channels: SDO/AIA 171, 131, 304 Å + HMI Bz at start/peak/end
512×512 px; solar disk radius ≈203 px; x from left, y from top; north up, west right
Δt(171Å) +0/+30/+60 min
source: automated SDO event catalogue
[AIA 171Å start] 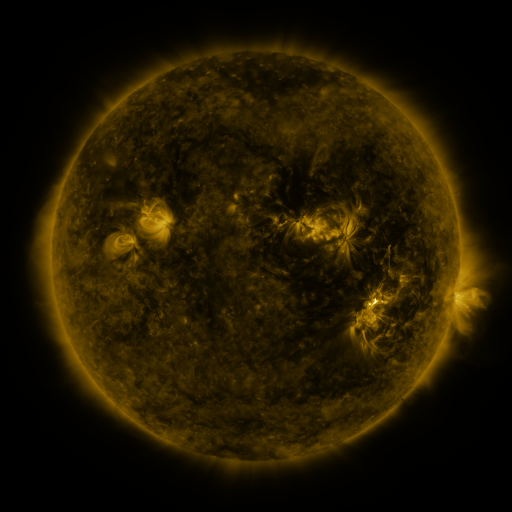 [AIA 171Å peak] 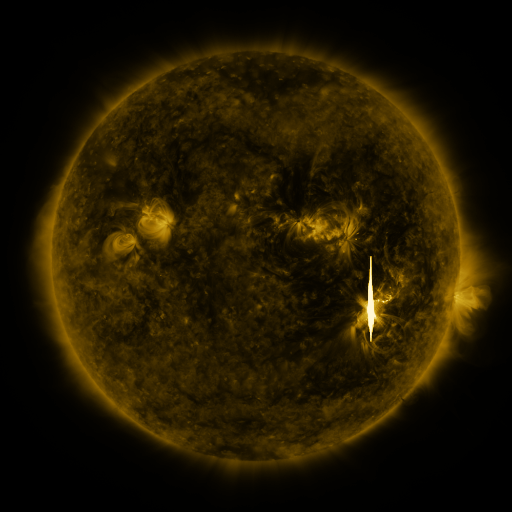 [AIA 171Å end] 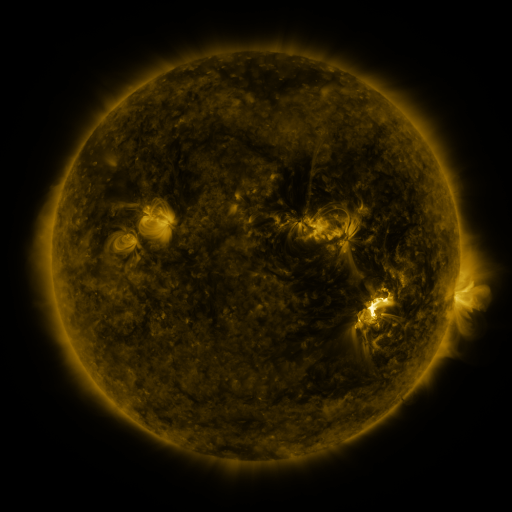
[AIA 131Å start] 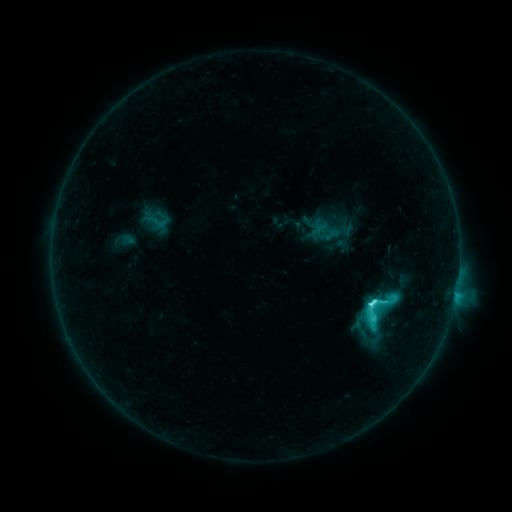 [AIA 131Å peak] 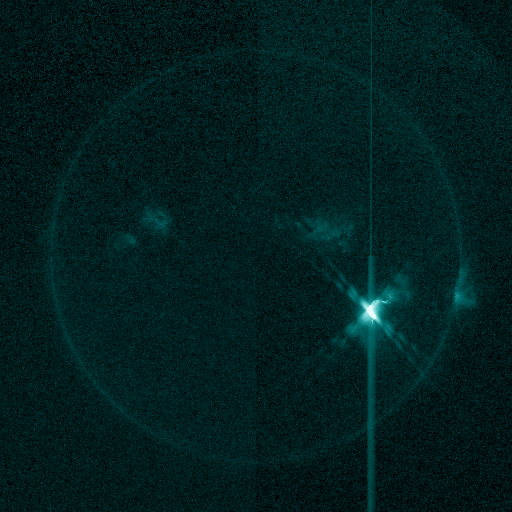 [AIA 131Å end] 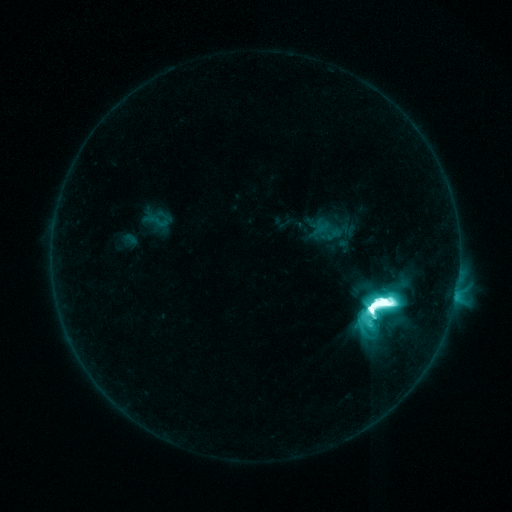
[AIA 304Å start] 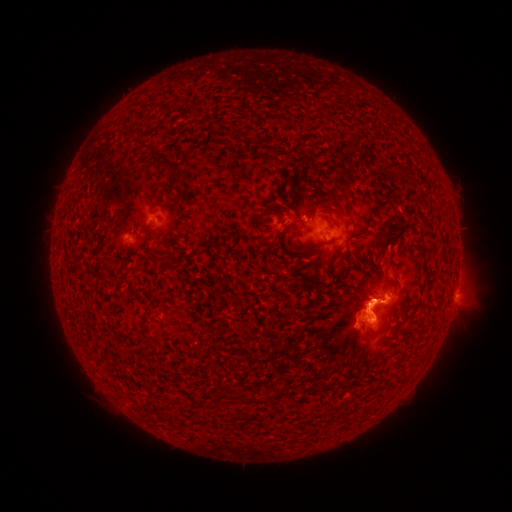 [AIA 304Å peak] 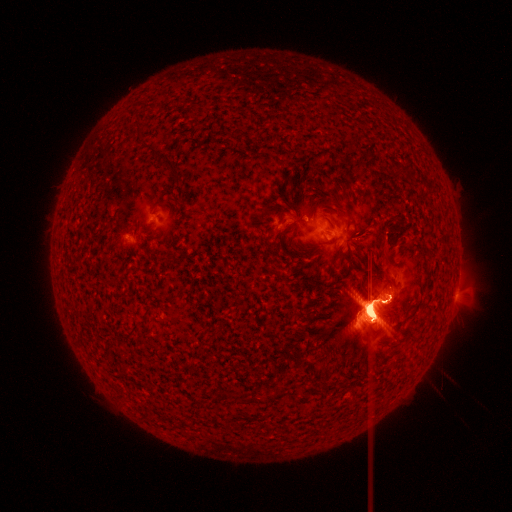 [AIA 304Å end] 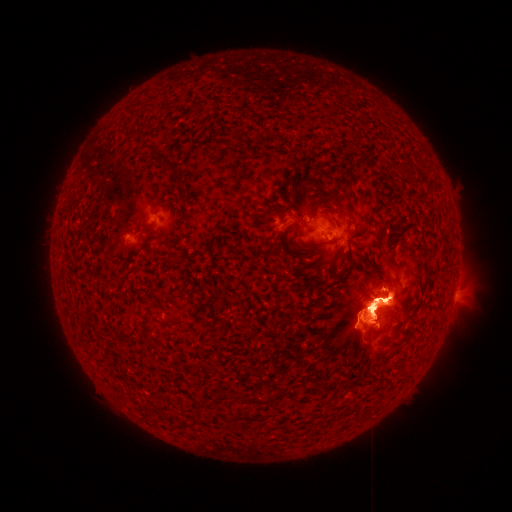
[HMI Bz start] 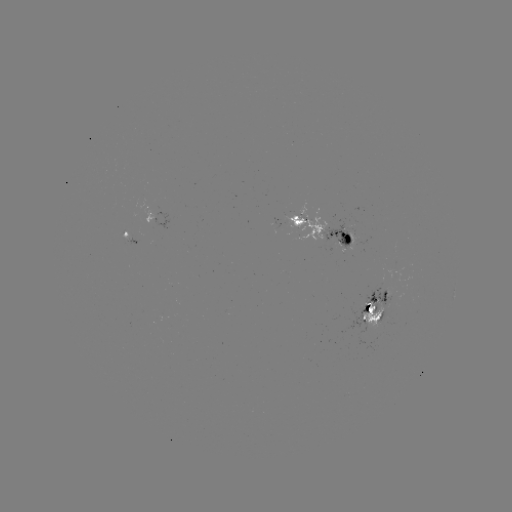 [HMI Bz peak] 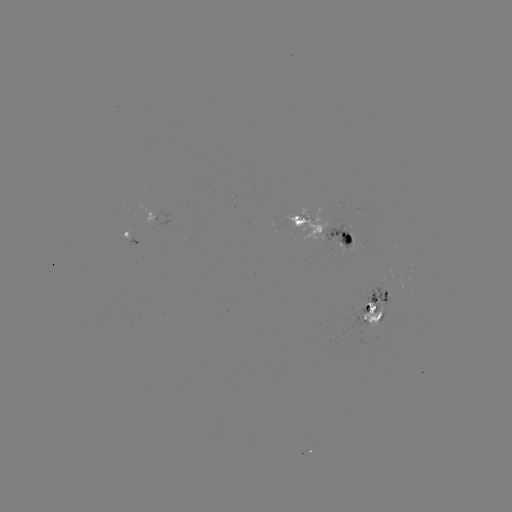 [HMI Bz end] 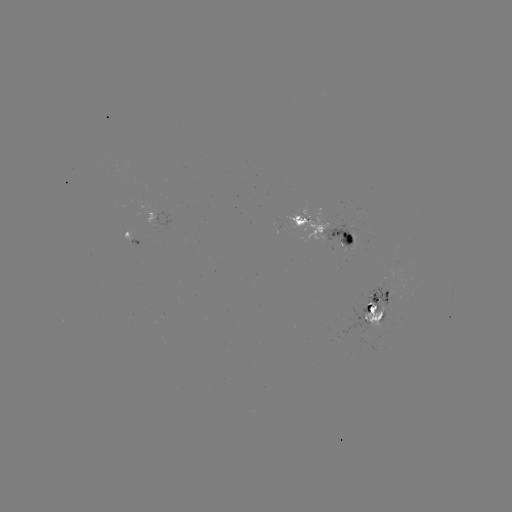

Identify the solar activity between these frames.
eruption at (381, 285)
